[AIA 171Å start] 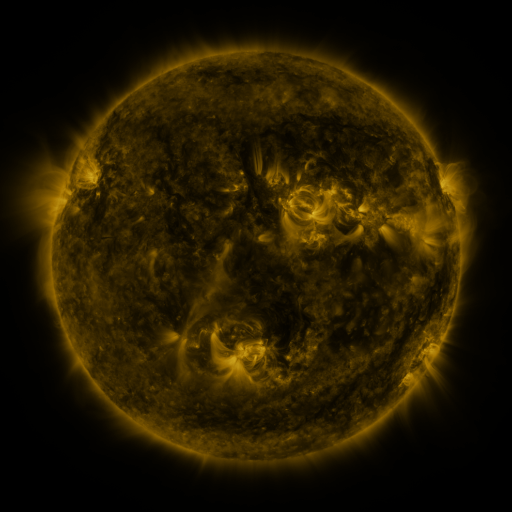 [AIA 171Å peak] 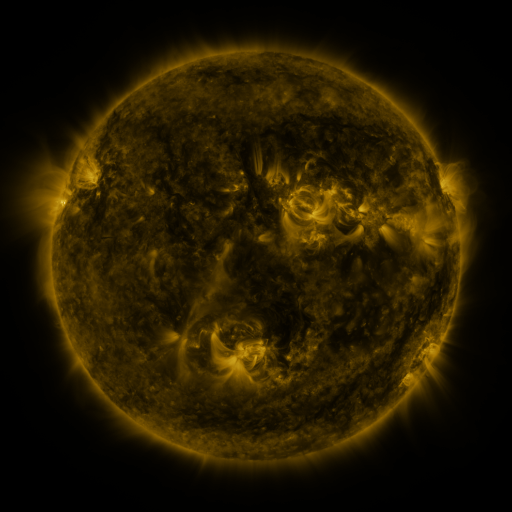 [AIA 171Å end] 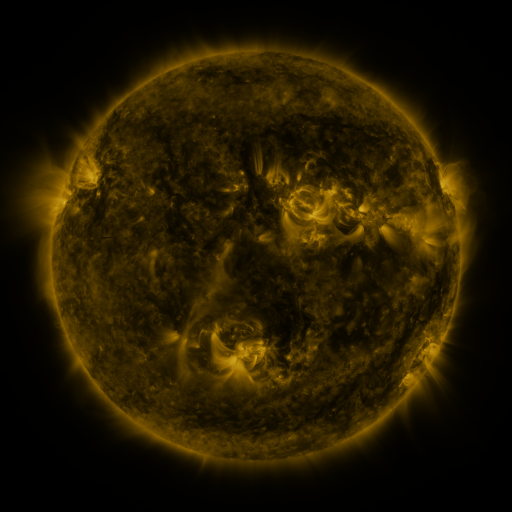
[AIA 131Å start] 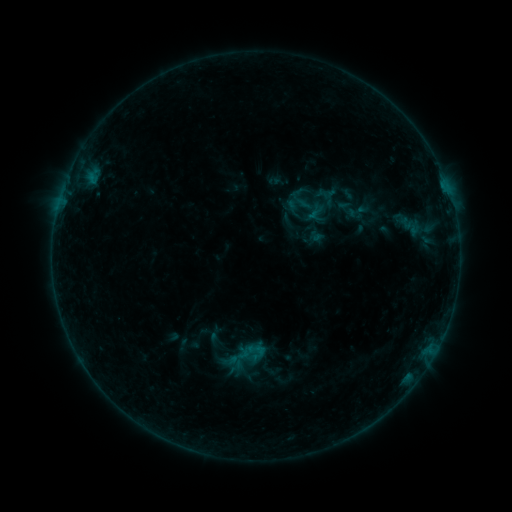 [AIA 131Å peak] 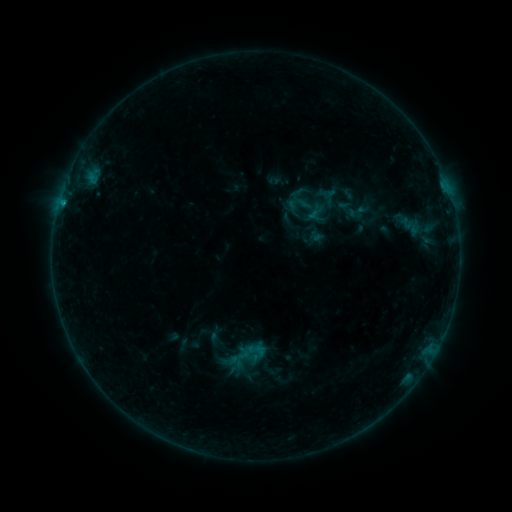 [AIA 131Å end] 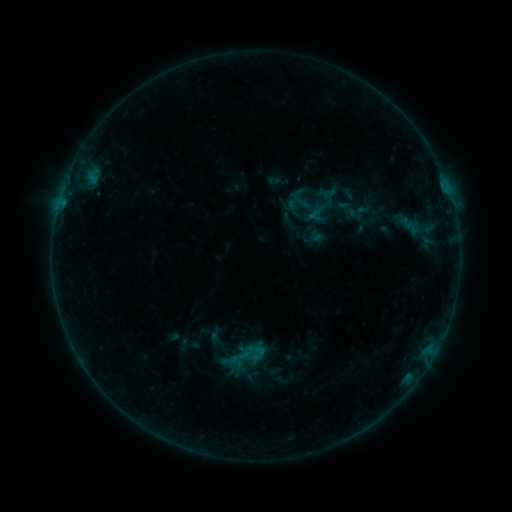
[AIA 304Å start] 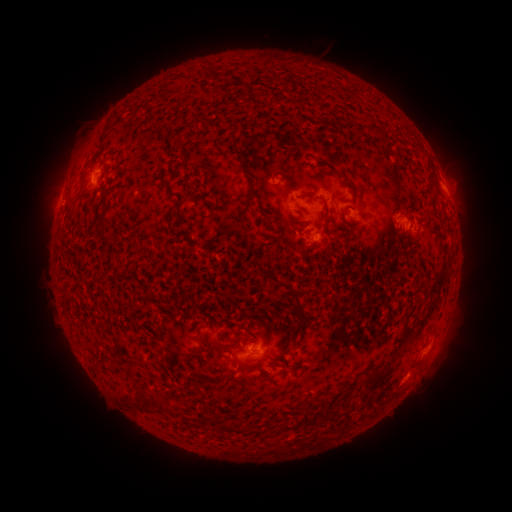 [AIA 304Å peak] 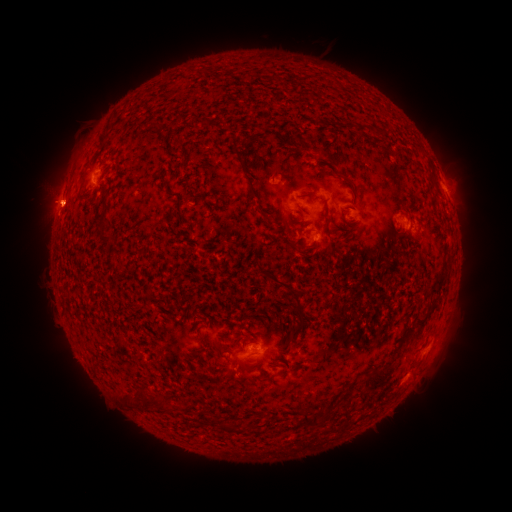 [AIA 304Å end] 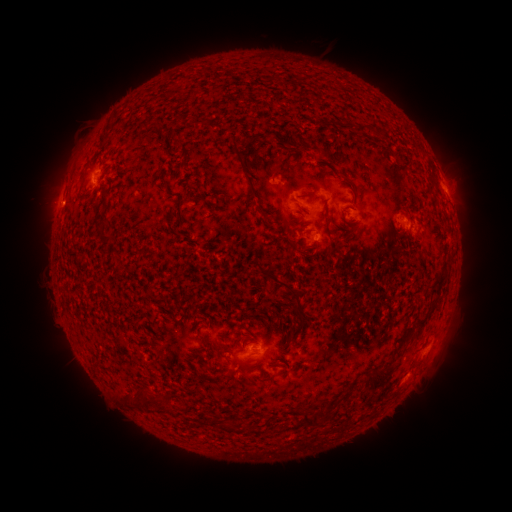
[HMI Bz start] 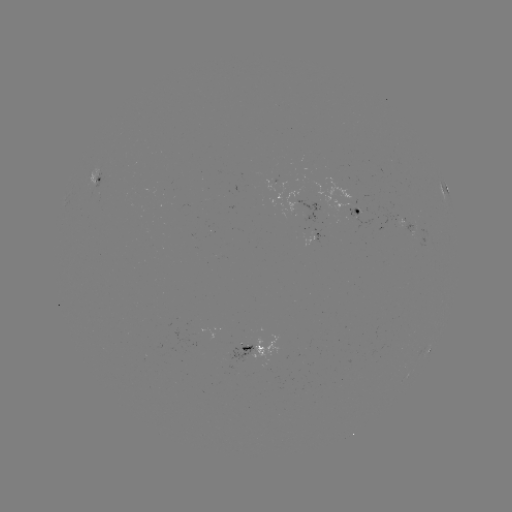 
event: eruption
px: (53, 201)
